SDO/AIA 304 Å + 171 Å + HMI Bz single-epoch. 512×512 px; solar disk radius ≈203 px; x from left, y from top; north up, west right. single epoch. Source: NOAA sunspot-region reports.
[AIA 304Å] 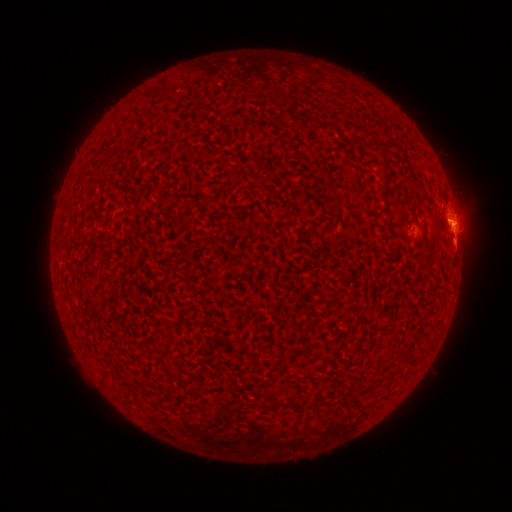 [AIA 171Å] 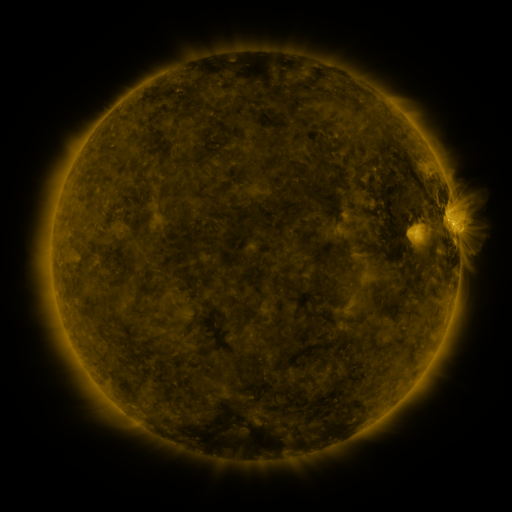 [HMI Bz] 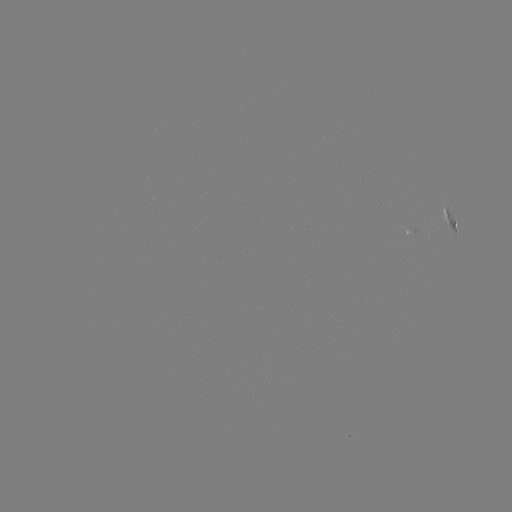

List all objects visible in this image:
(none)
